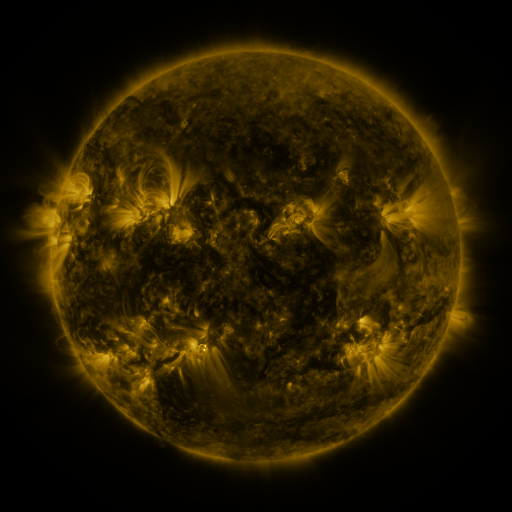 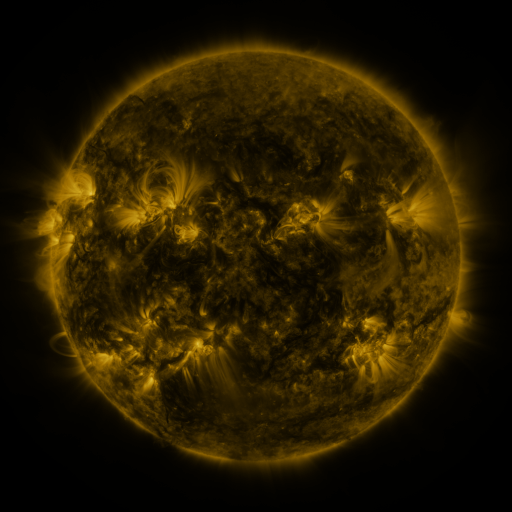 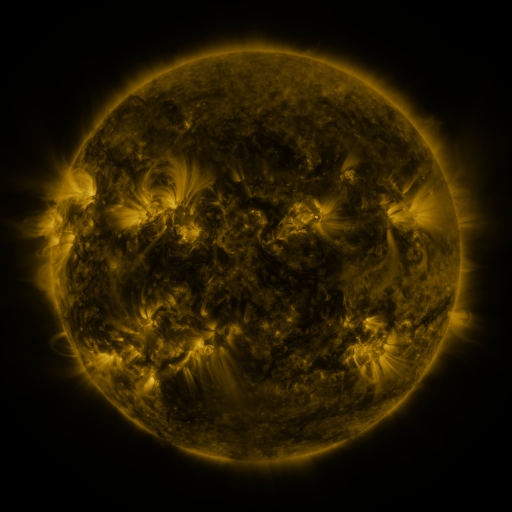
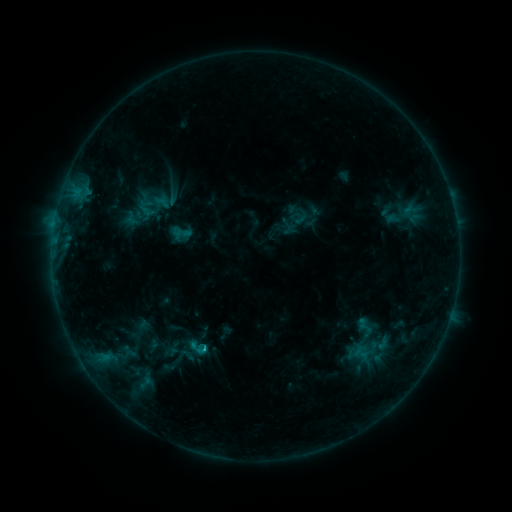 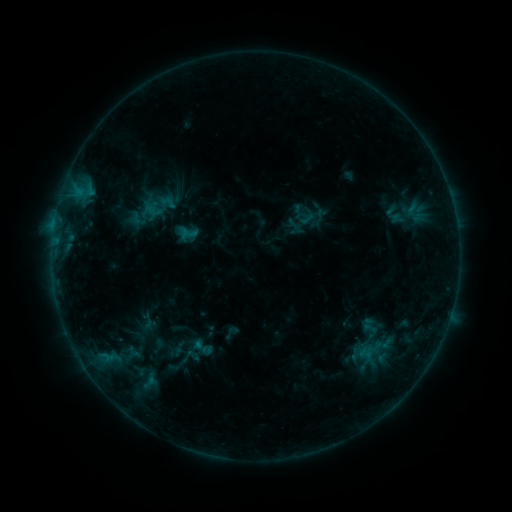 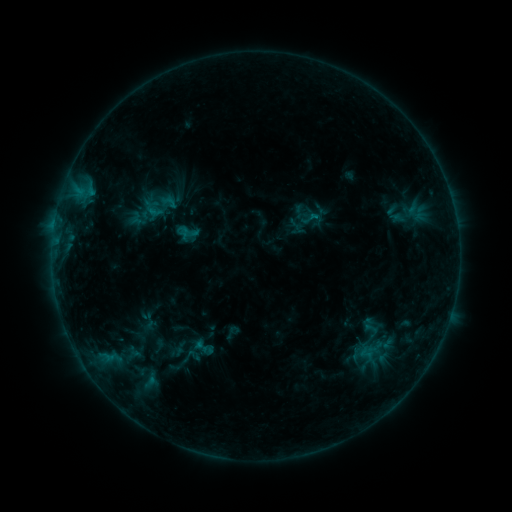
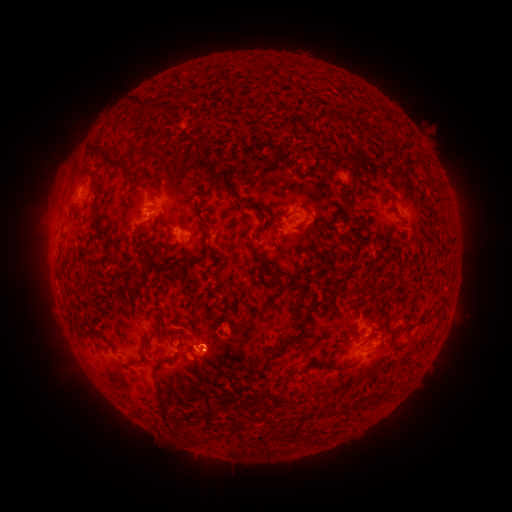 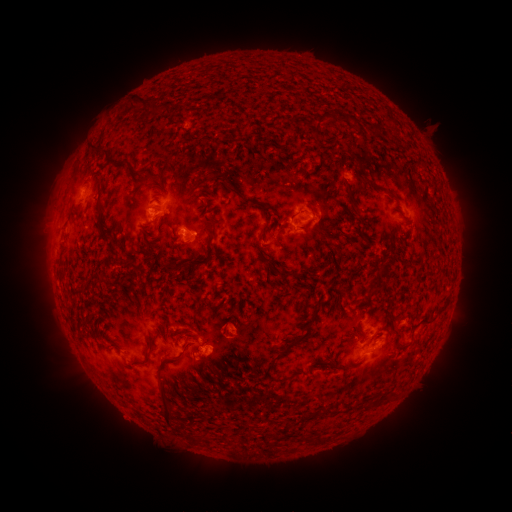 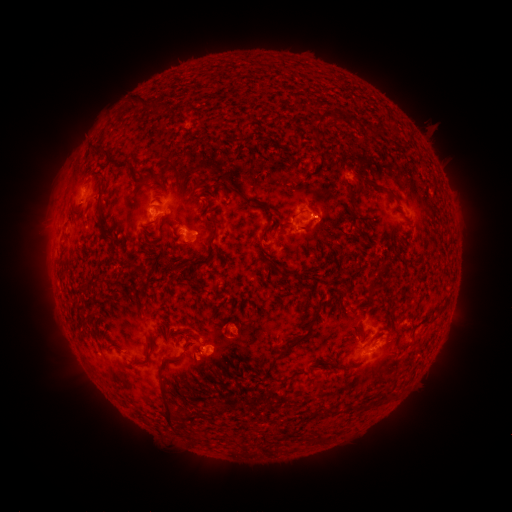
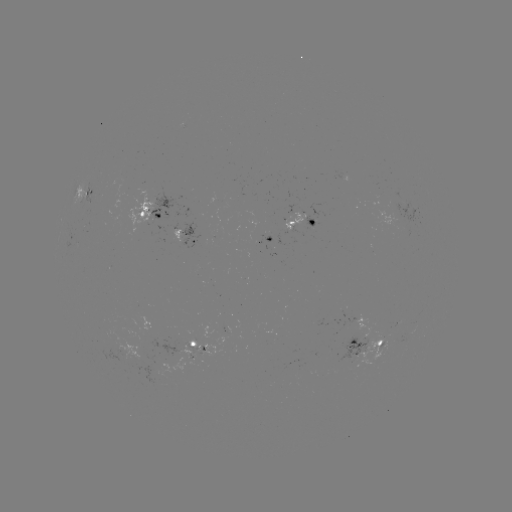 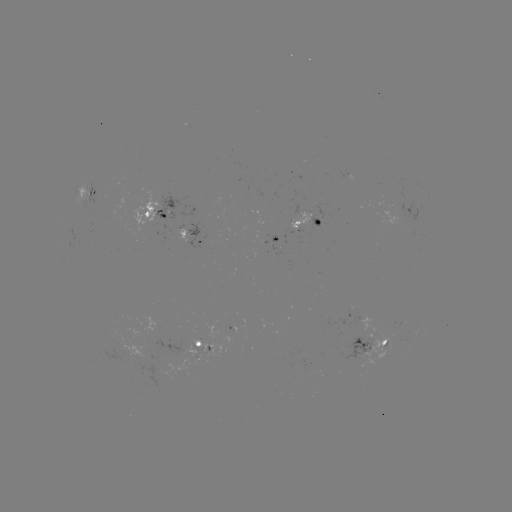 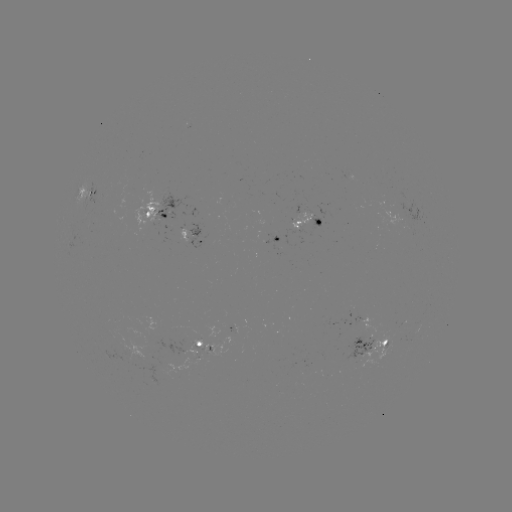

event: emerging-flux region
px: (283, 243)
